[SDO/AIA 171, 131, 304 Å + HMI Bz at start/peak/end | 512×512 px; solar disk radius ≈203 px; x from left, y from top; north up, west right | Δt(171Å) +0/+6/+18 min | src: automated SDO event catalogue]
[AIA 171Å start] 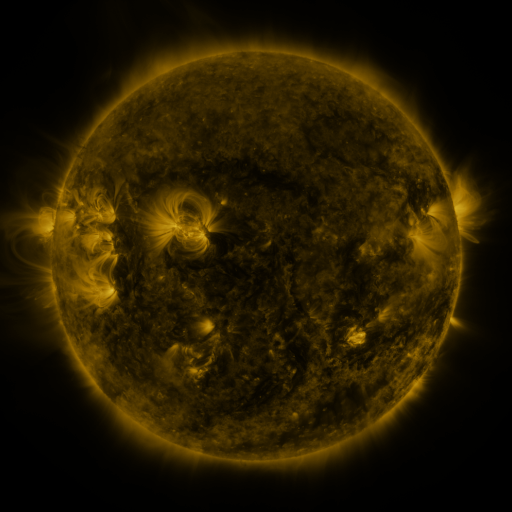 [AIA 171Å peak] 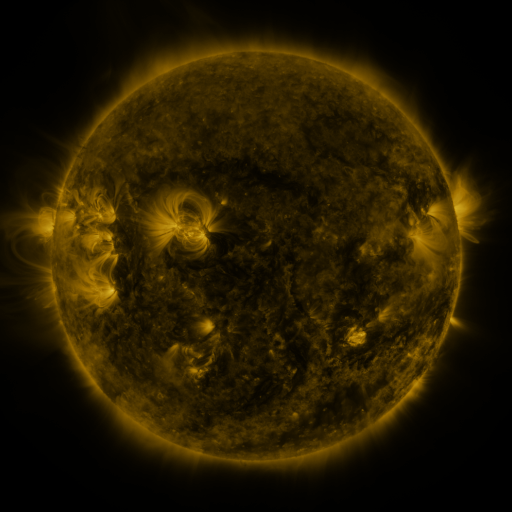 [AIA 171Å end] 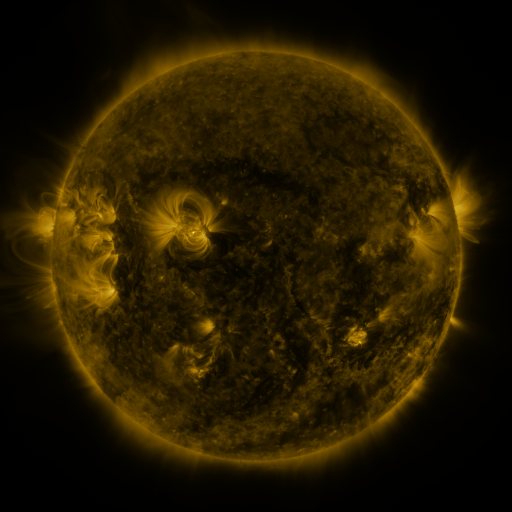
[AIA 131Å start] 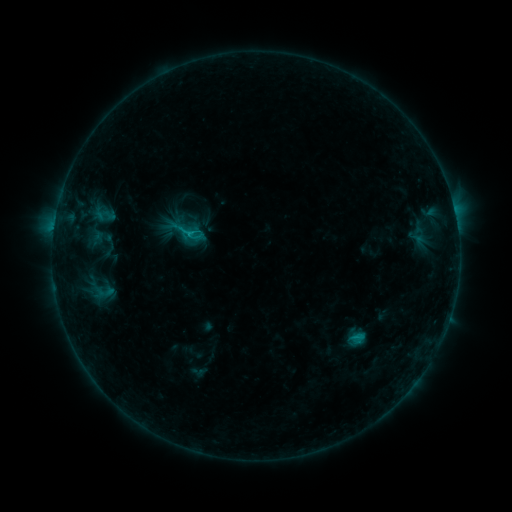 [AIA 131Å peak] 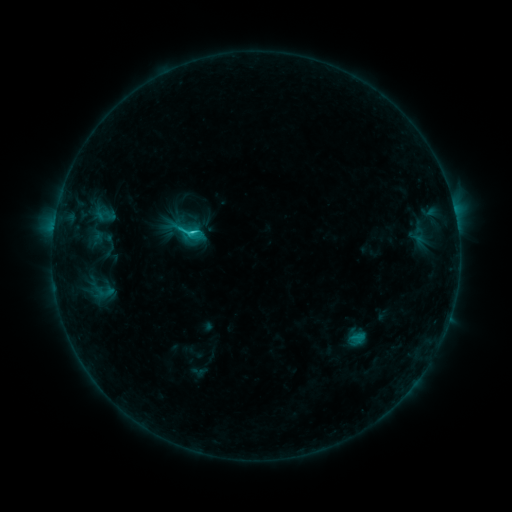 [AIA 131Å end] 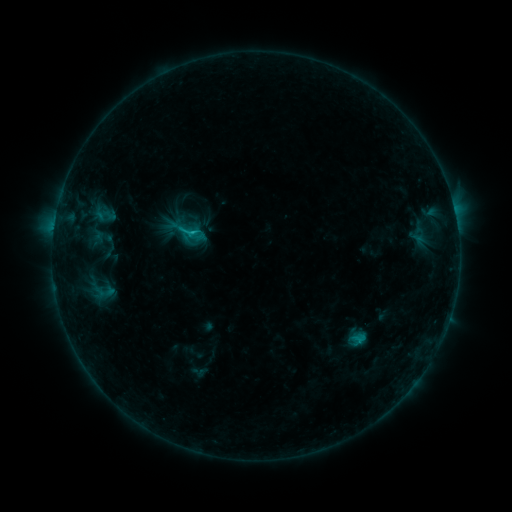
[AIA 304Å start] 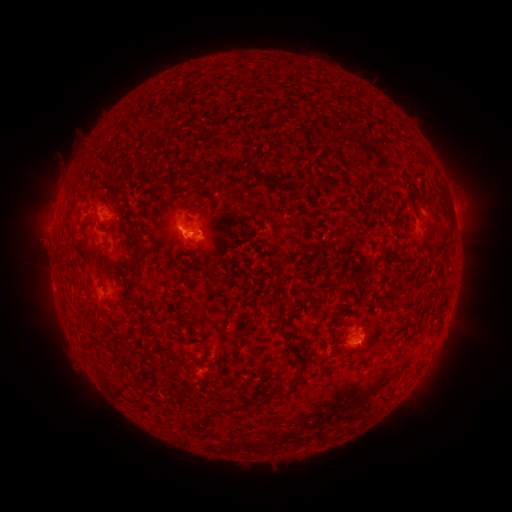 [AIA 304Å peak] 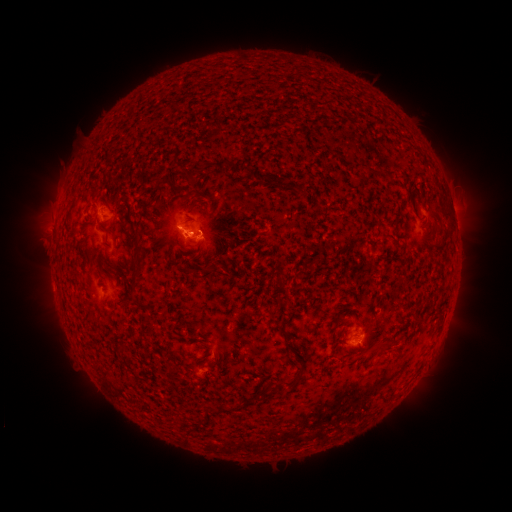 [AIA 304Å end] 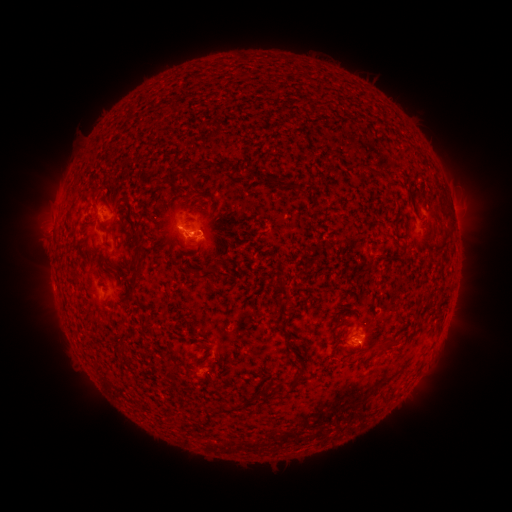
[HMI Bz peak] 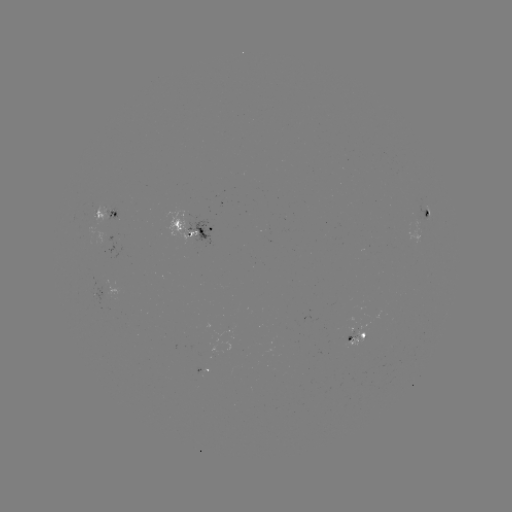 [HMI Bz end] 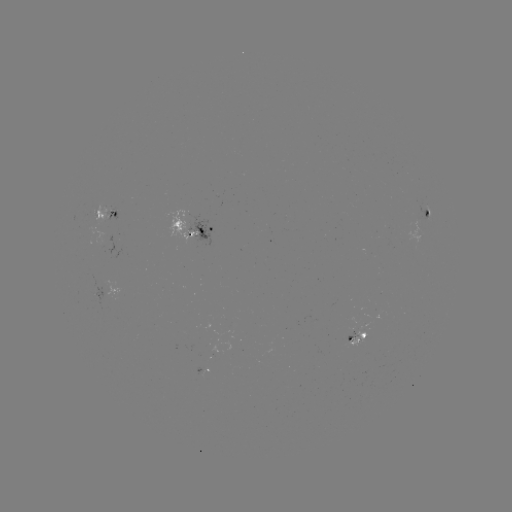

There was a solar flare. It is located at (194, 235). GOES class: C1.5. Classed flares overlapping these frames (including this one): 1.